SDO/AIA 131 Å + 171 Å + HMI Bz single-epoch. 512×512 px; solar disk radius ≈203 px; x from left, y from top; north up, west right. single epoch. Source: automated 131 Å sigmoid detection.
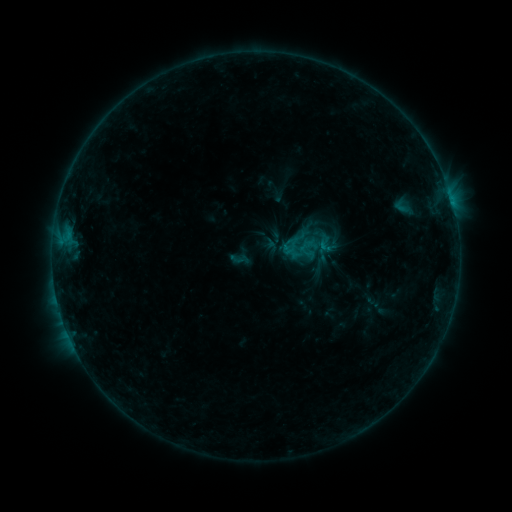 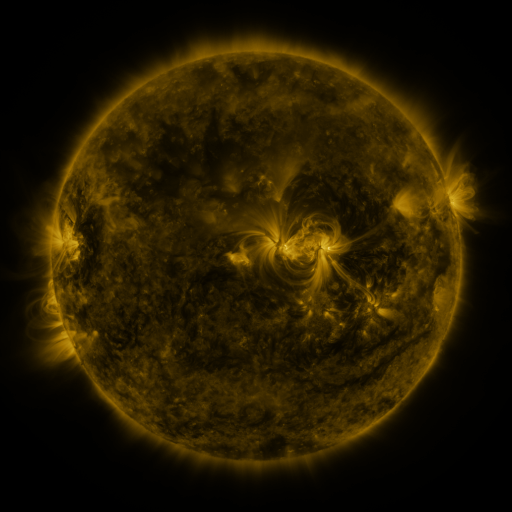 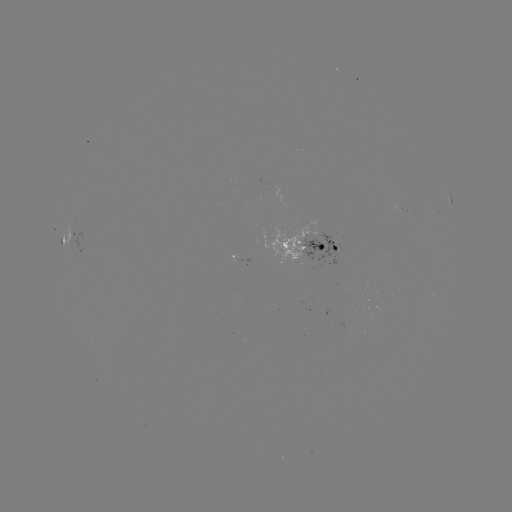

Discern sigmoid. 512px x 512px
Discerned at (239, 259).